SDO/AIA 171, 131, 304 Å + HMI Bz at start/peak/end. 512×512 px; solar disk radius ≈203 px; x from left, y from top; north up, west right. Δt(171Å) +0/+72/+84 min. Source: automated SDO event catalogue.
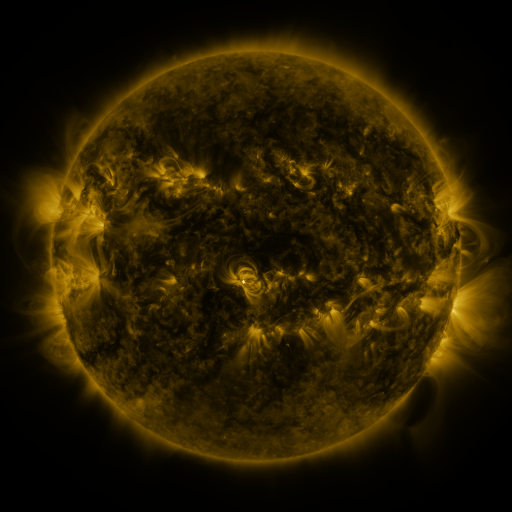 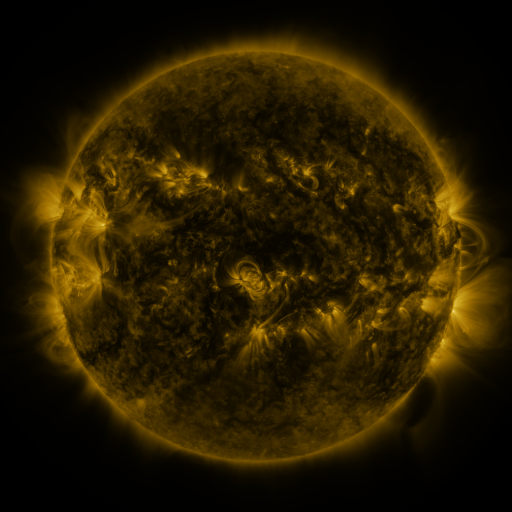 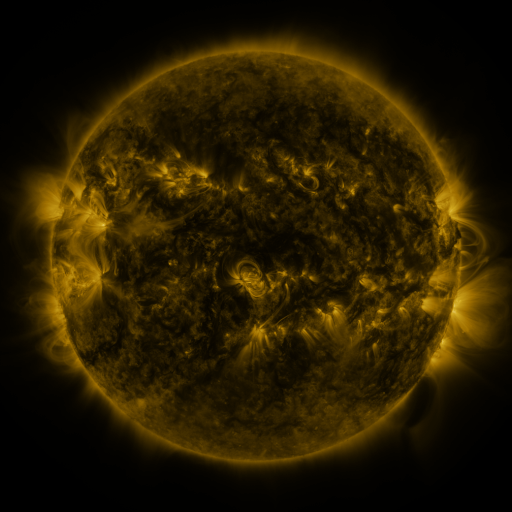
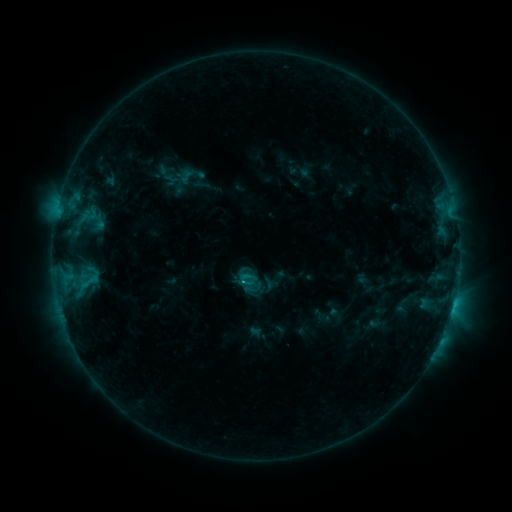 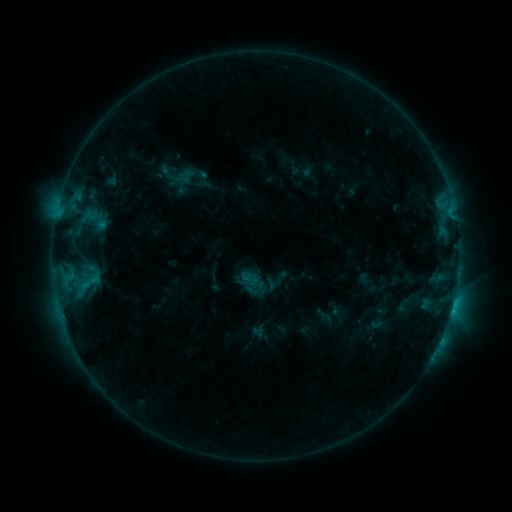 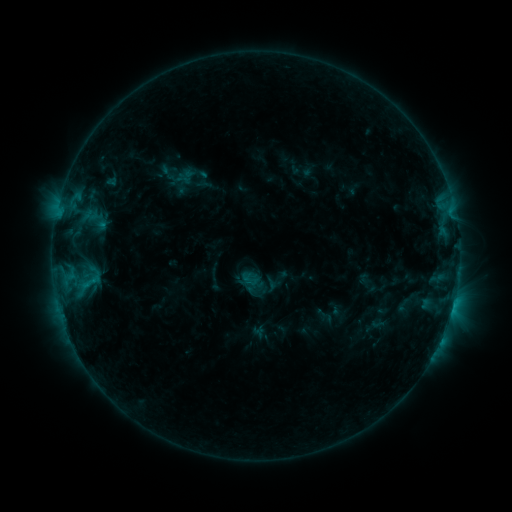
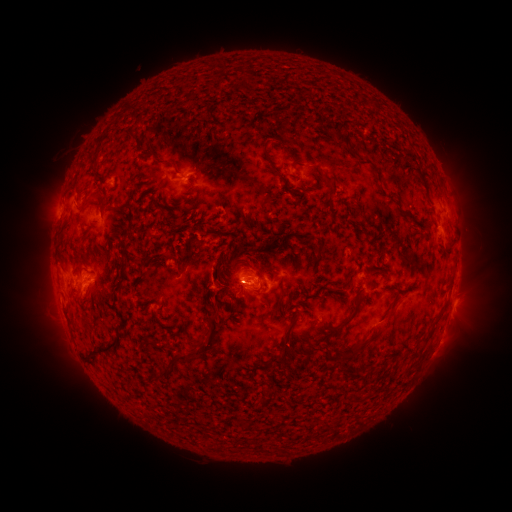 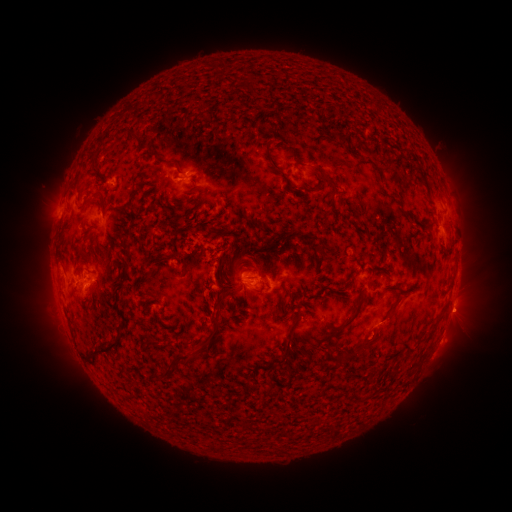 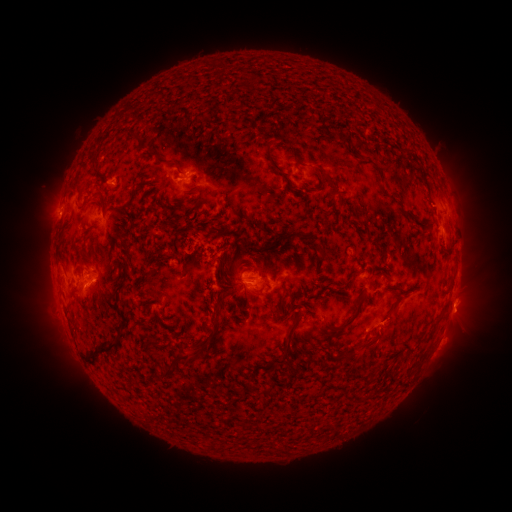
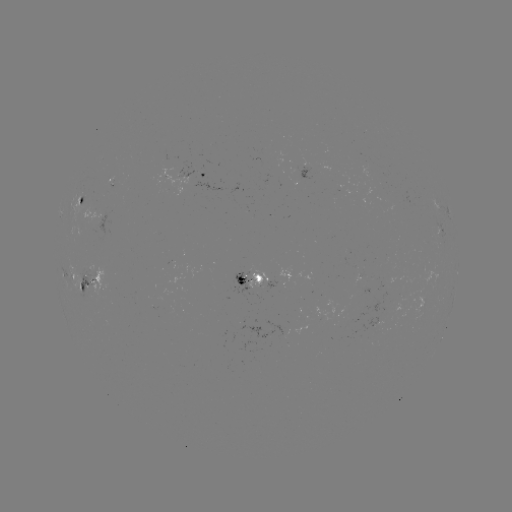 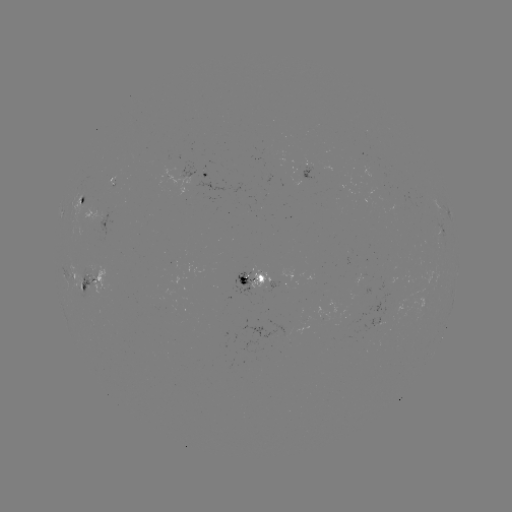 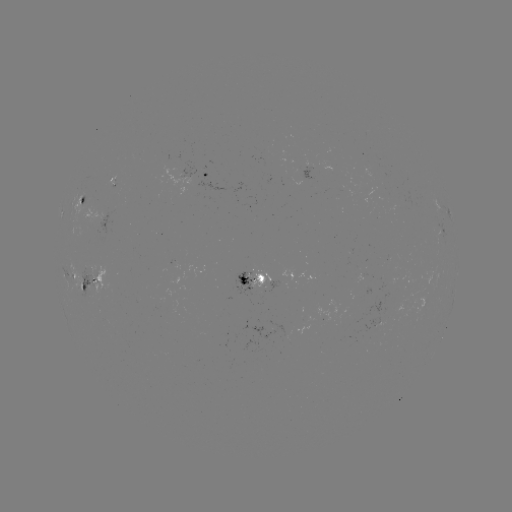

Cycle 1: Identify emerging-flux region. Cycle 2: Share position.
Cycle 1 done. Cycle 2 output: [245, 279].